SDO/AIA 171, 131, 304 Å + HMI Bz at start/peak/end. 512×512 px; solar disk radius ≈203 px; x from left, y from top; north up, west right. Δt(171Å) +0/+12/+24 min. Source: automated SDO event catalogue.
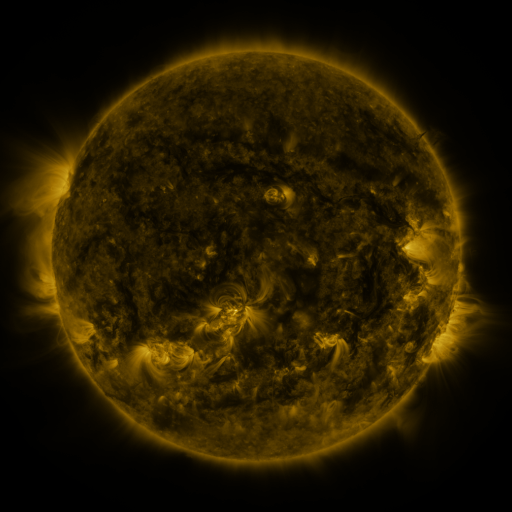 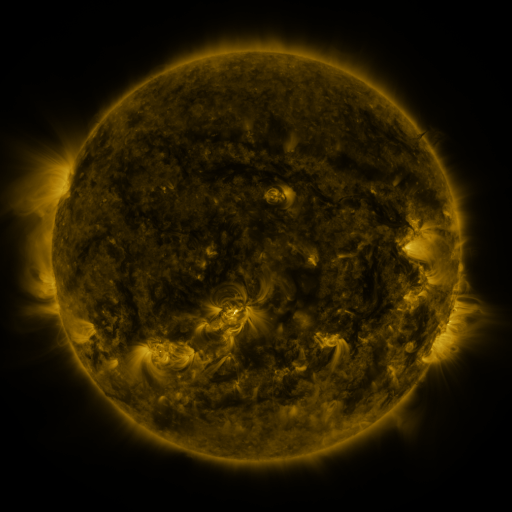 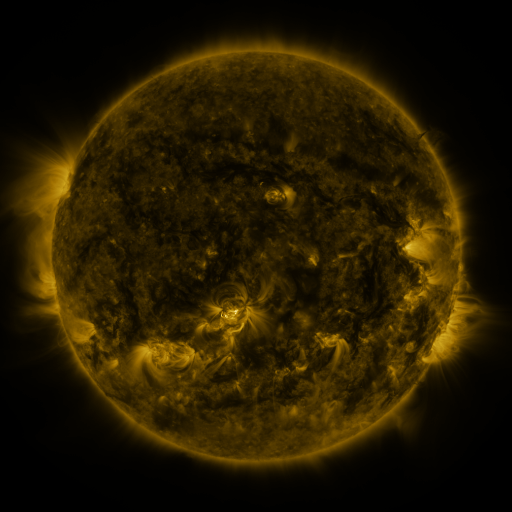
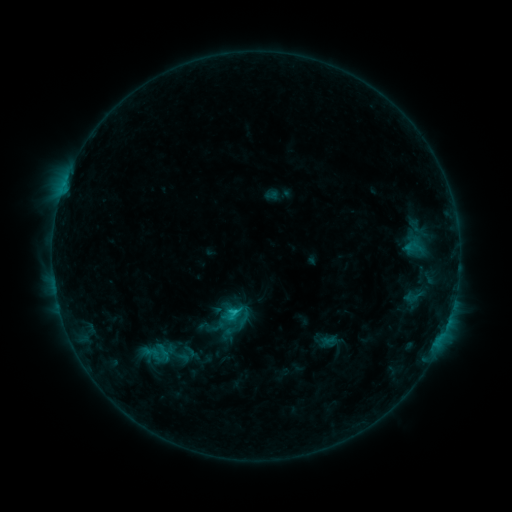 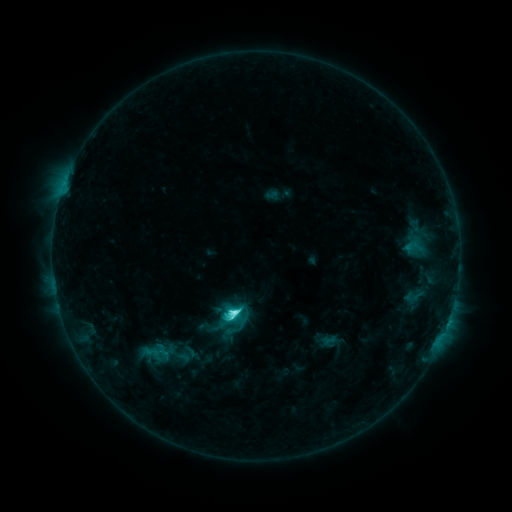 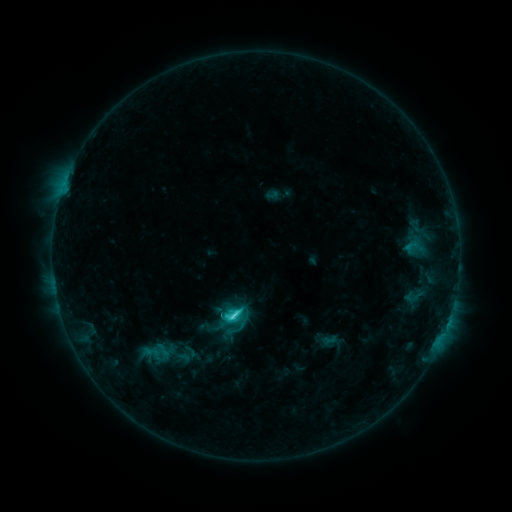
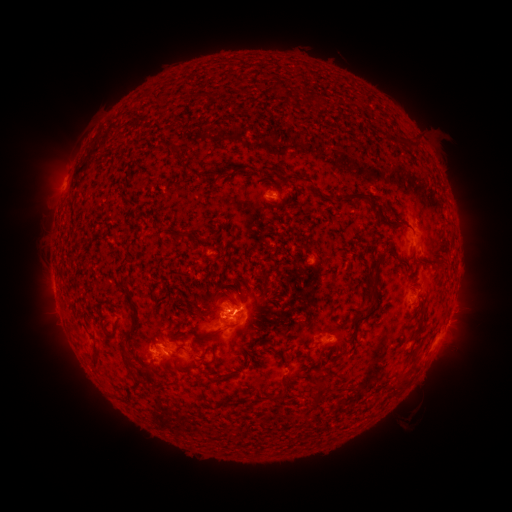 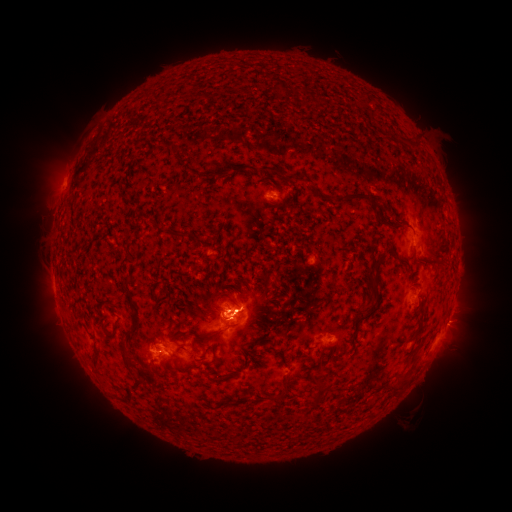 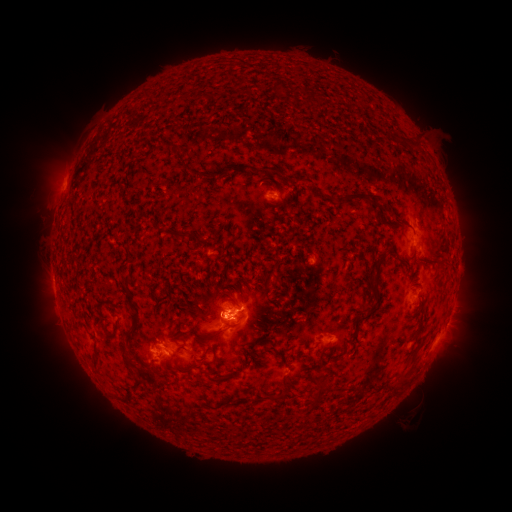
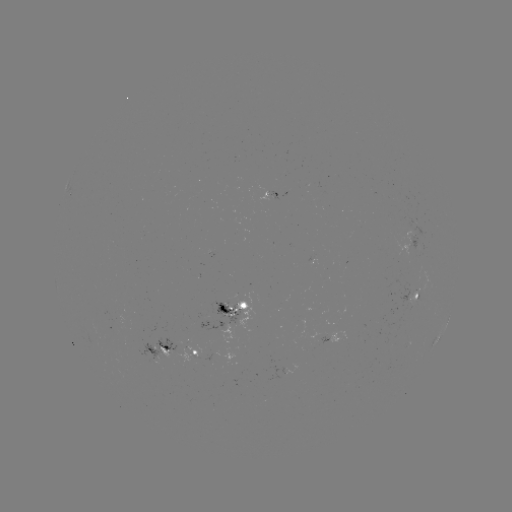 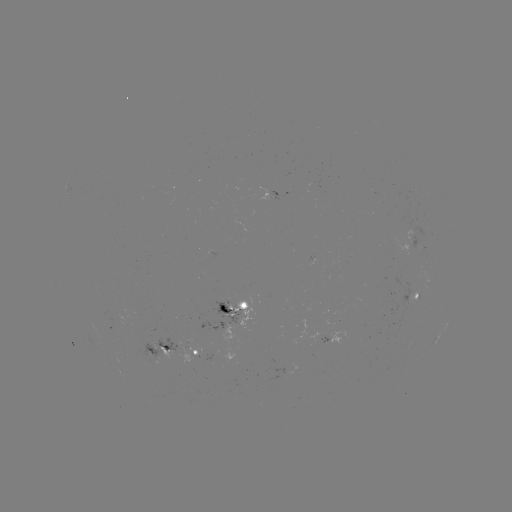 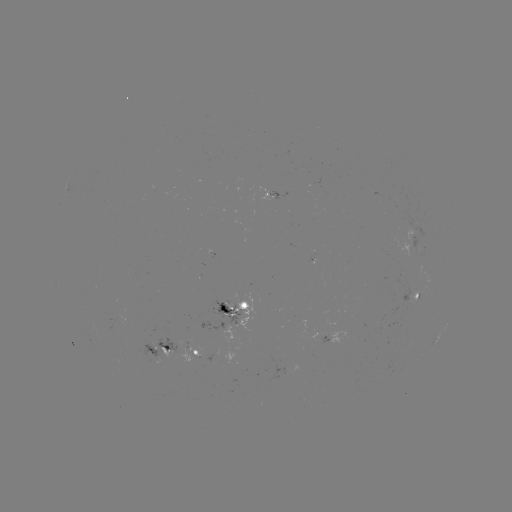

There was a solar flare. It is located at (238, 312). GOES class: C5.4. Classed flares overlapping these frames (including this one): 1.